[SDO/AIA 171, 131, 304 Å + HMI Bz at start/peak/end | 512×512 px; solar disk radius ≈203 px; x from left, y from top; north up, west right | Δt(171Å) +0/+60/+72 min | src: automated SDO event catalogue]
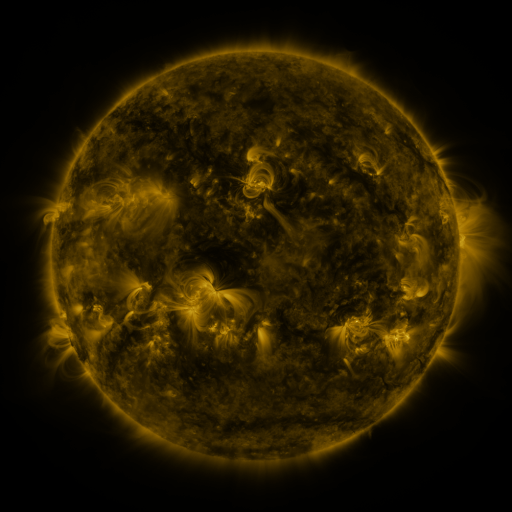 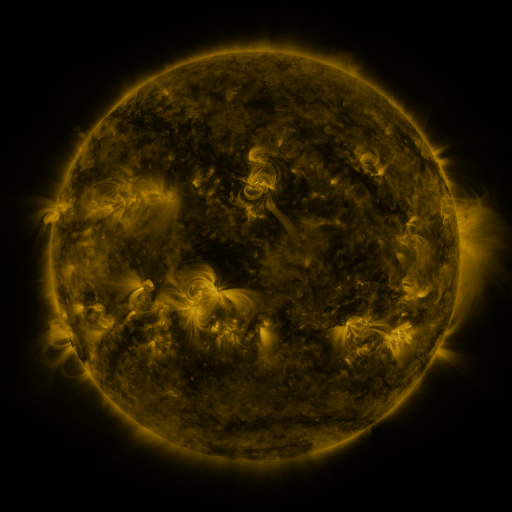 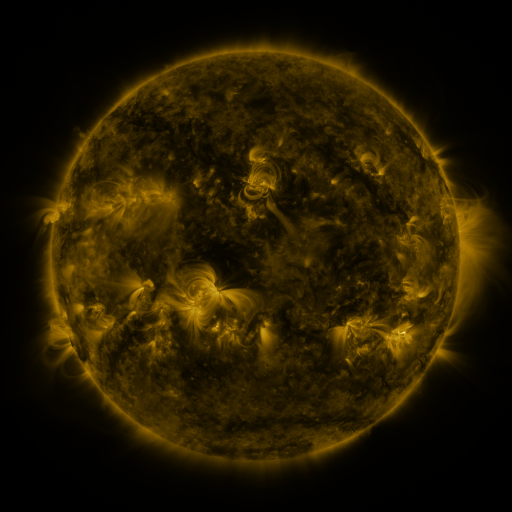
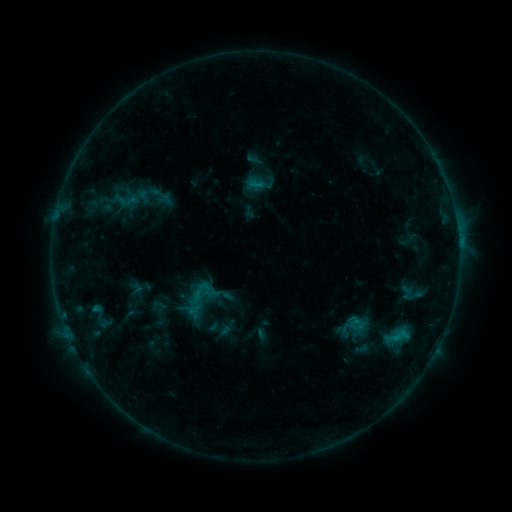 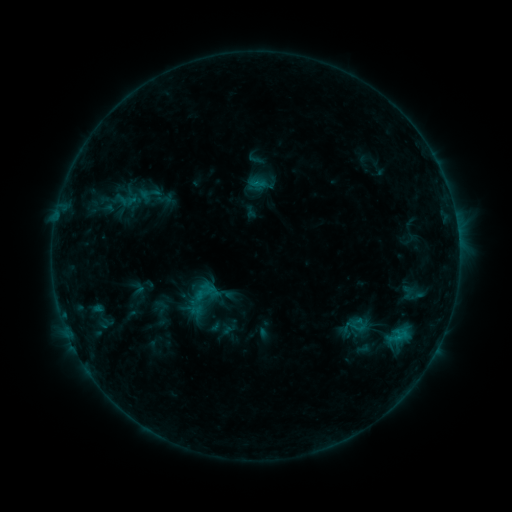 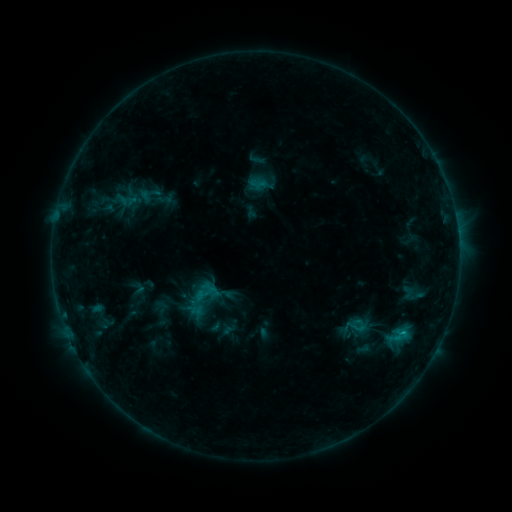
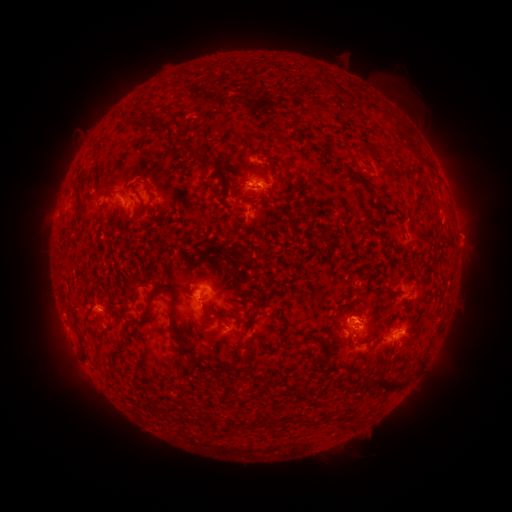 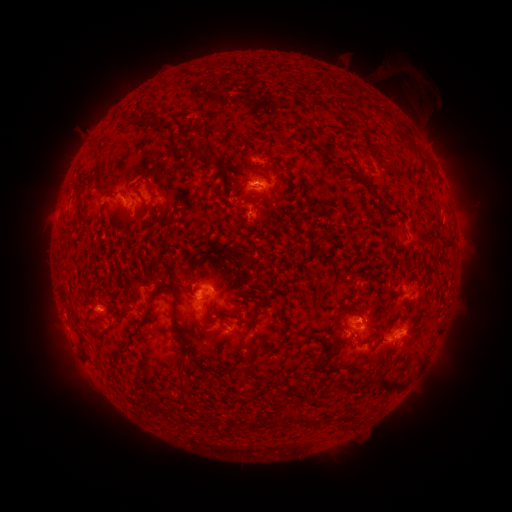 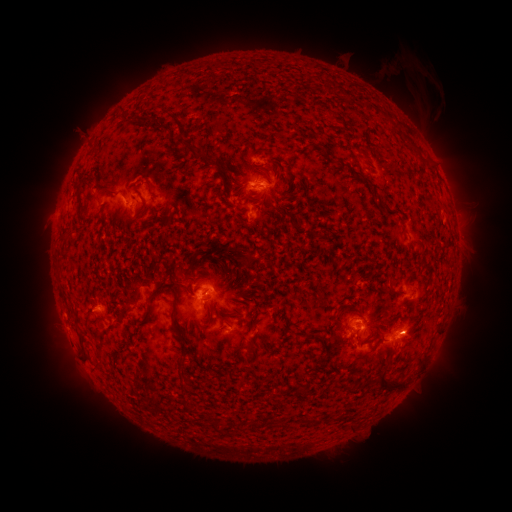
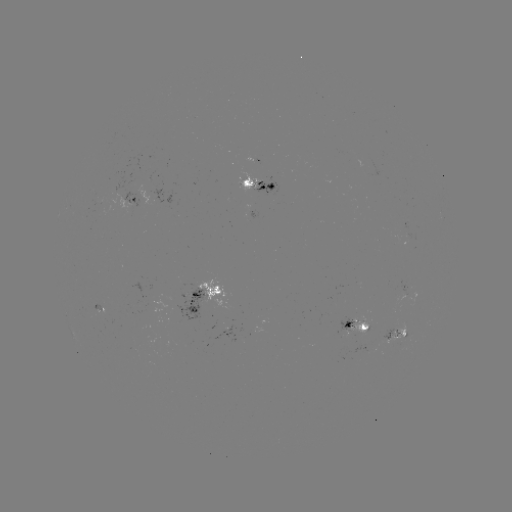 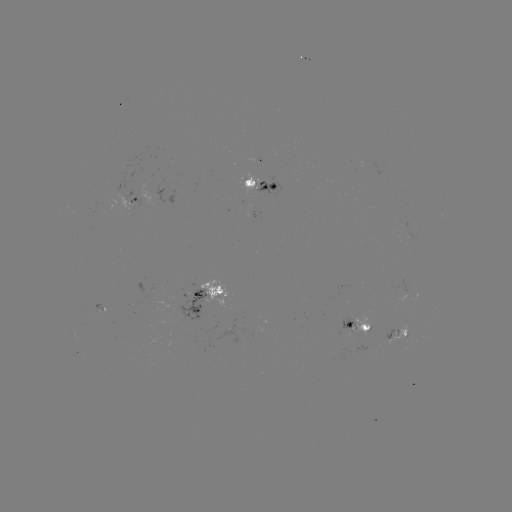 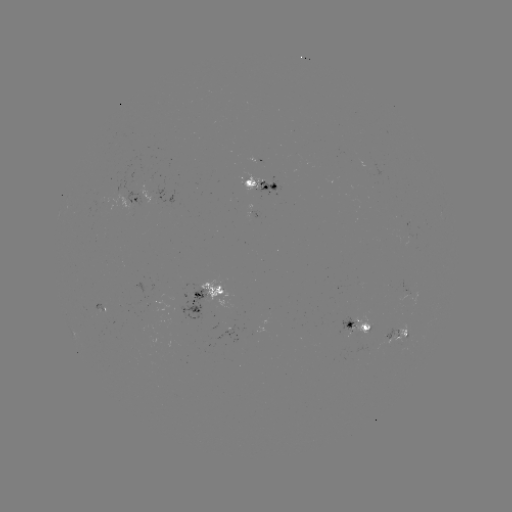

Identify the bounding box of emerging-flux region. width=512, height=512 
[352, 316, 373, 337].